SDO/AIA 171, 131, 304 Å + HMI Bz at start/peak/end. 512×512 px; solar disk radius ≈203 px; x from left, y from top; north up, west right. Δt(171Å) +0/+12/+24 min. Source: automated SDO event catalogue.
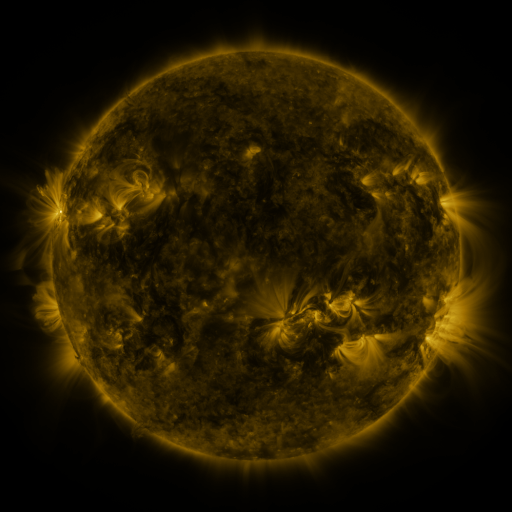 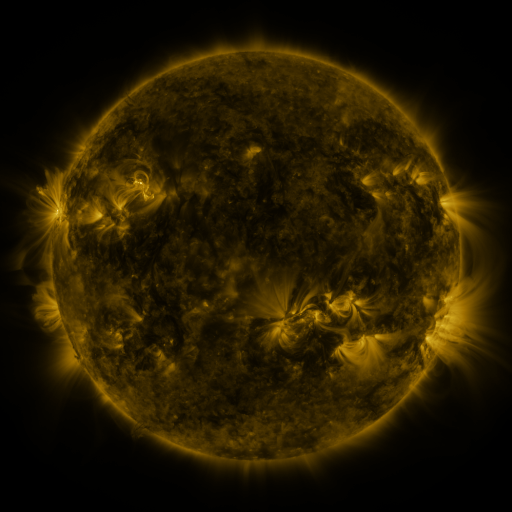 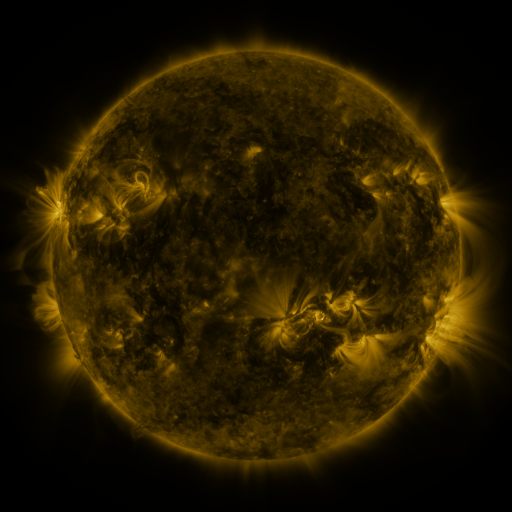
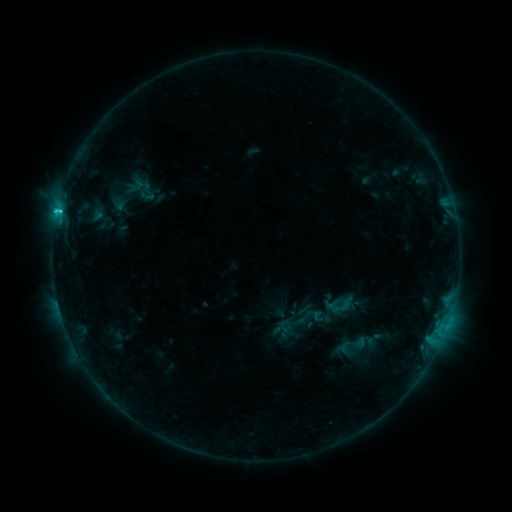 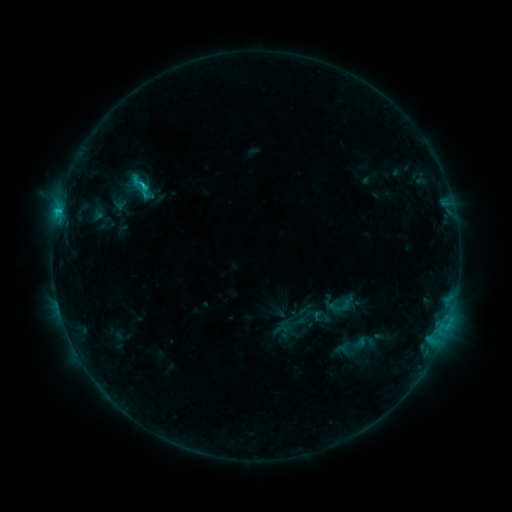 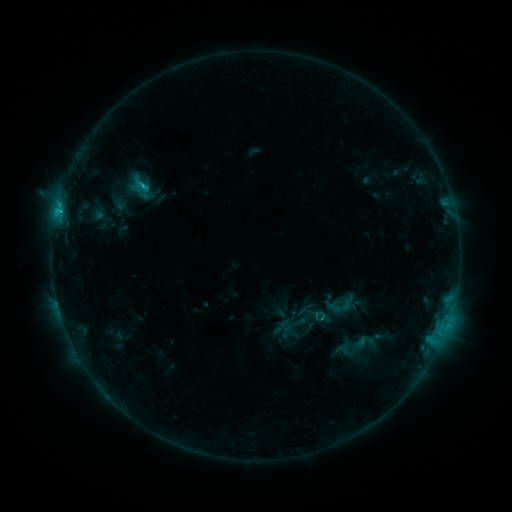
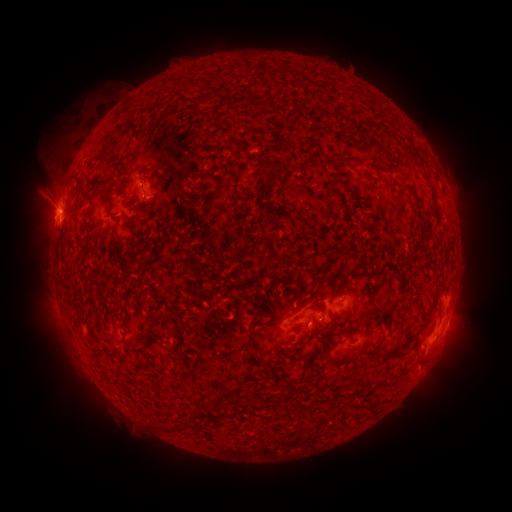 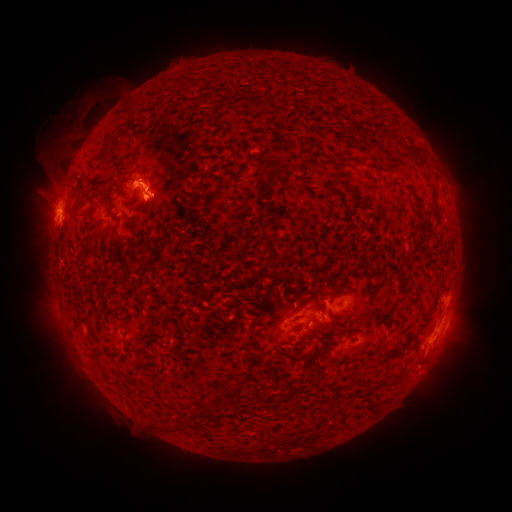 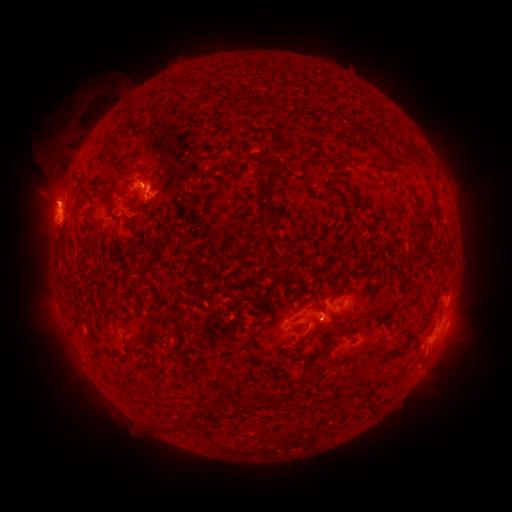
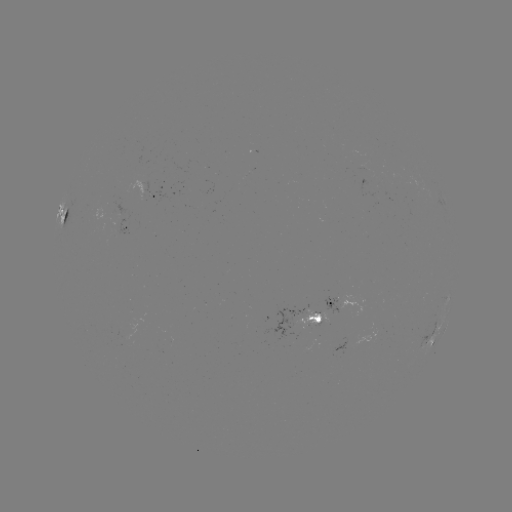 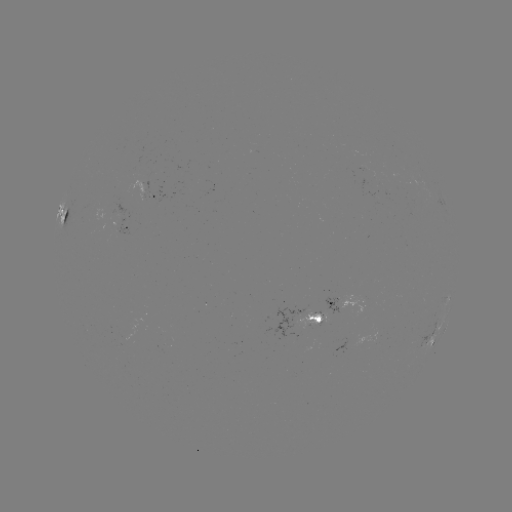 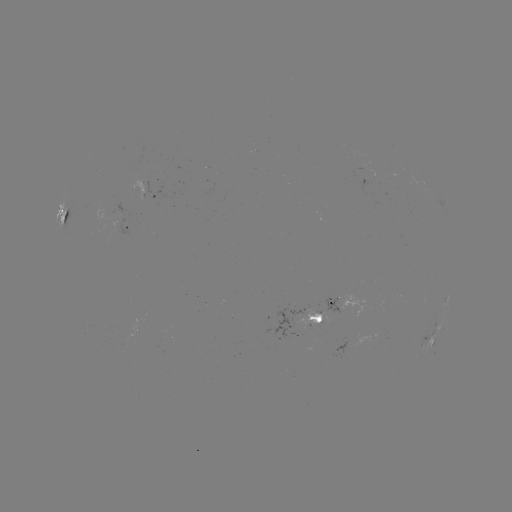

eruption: (98, 149, 185, 231)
